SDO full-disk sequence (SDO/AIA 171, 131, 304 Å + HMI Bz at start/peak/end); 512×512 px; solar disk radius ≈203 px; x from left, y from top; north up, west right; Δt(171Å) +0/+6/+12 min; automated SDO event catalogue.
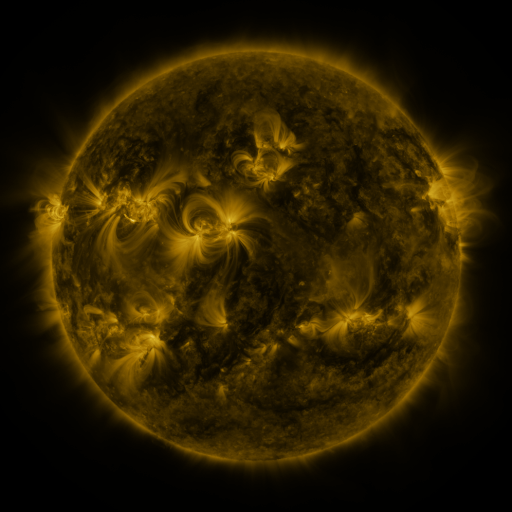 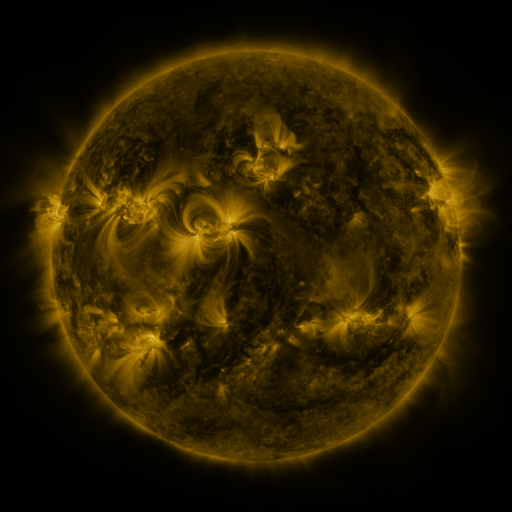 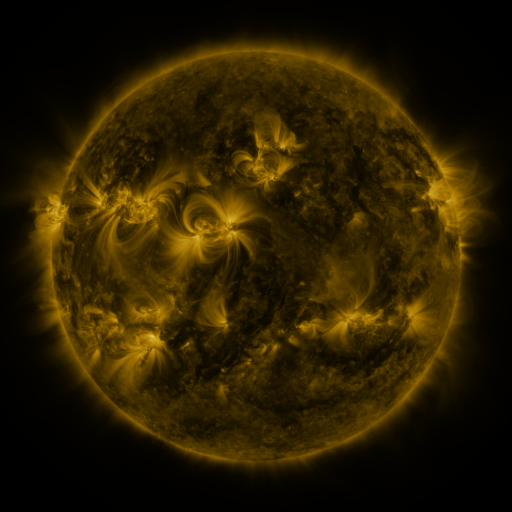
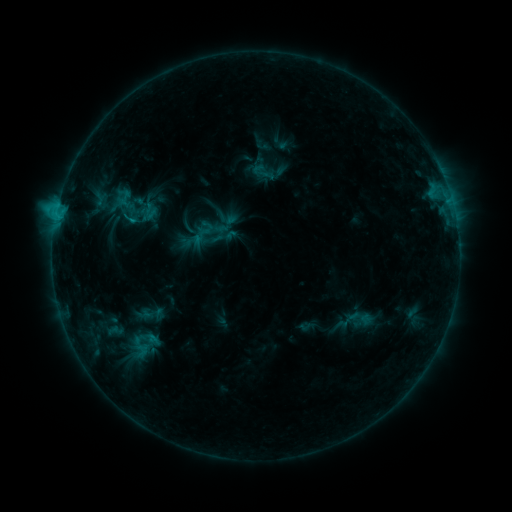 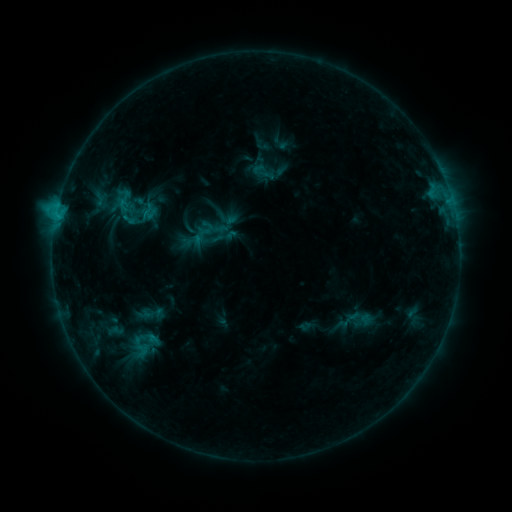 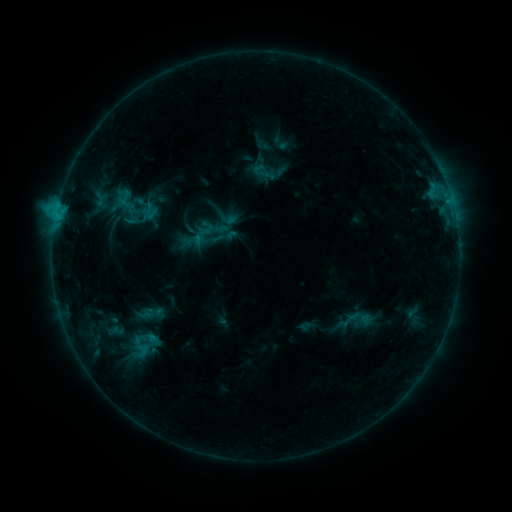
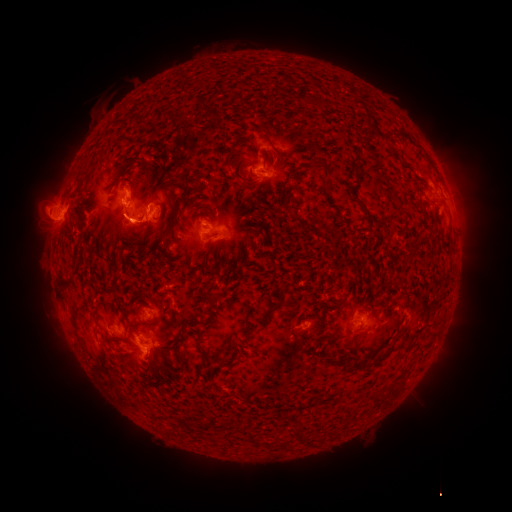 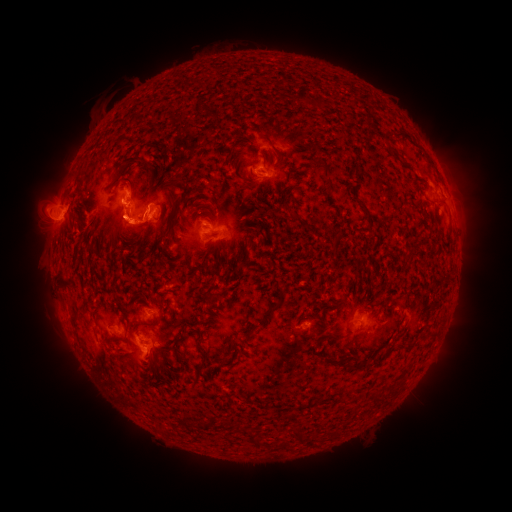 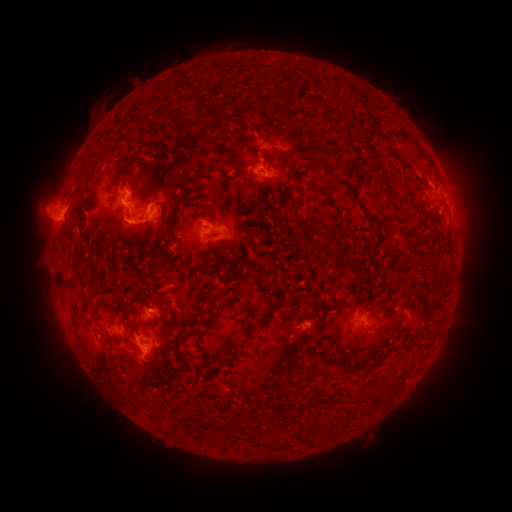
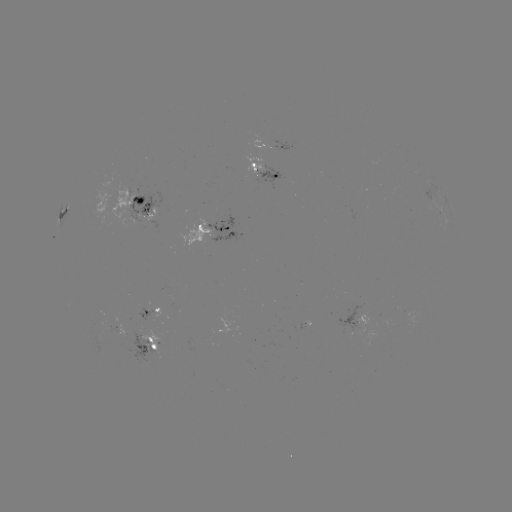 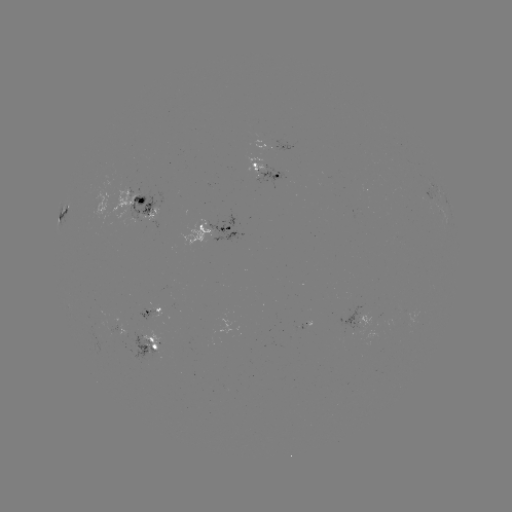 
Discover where eruption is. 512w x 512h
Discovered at [54, 295].